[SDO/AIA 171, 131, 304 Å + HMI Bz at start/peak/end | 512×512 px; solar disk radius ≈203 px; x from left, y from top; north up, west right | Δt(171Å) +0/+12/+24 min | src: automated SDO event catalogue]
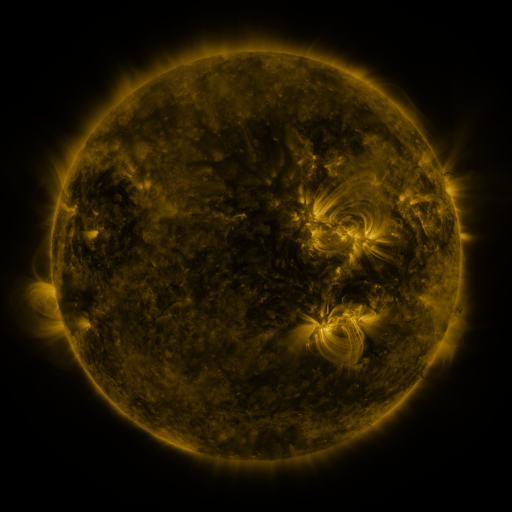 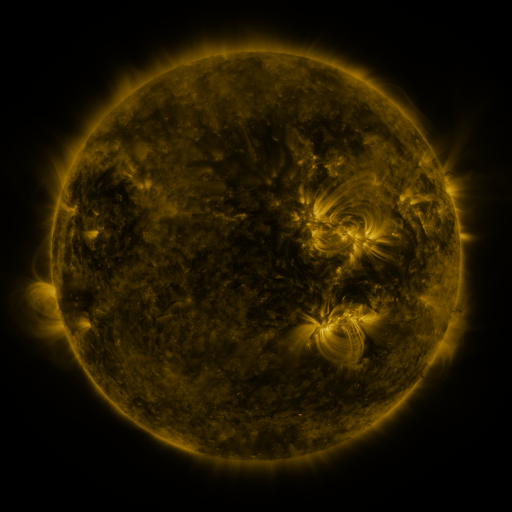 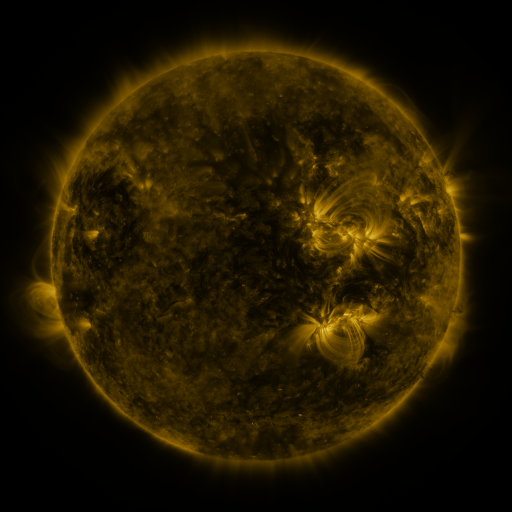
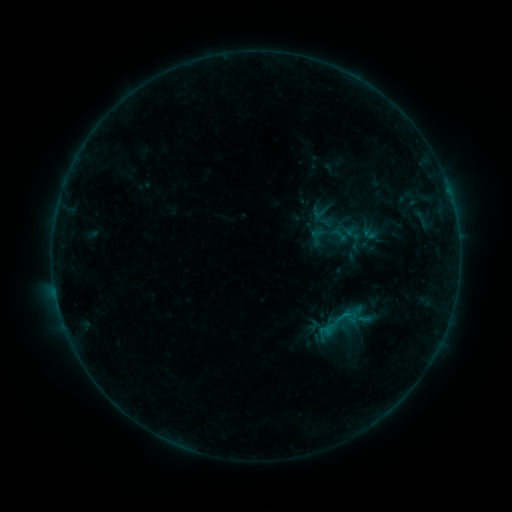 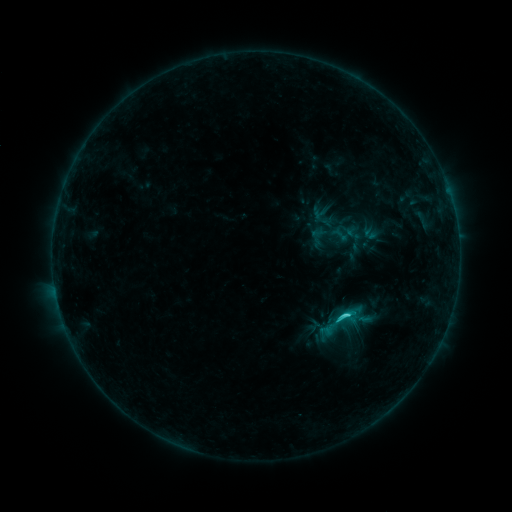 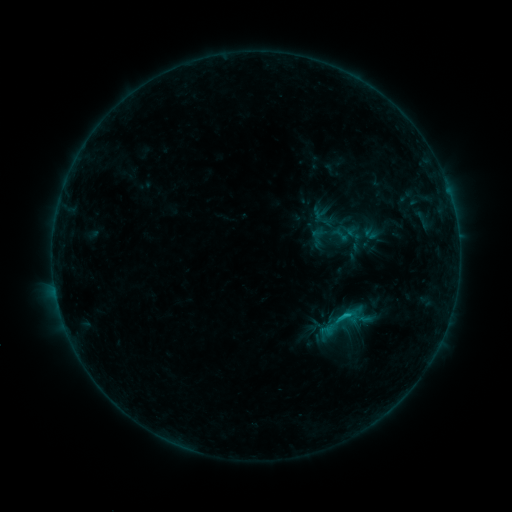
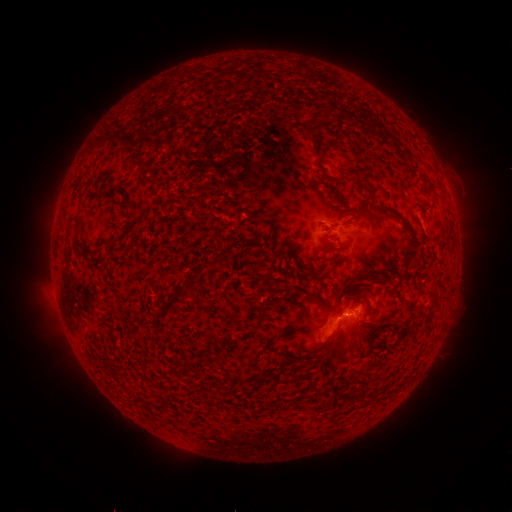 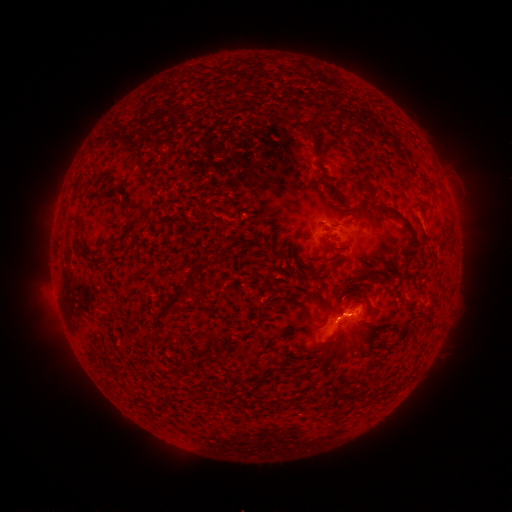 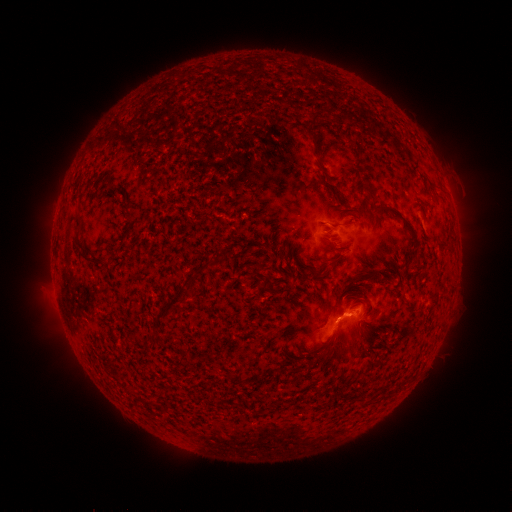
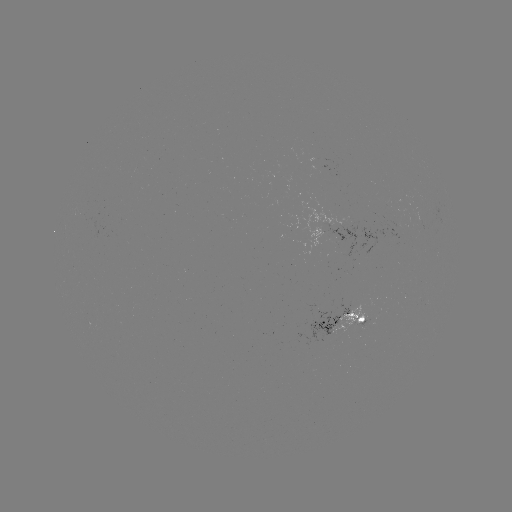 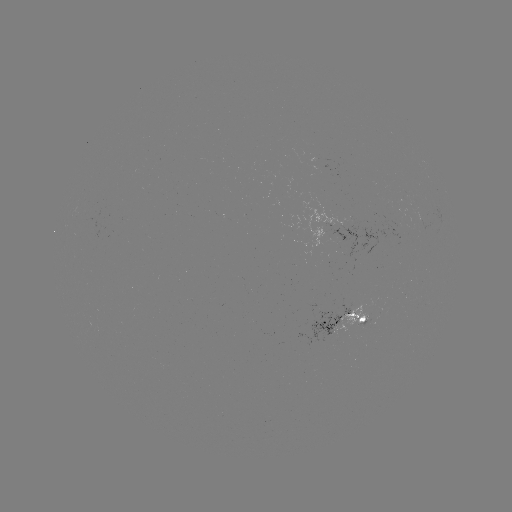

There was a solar flare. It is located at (346, 314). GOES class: C1.5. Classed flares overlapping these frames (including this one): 1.